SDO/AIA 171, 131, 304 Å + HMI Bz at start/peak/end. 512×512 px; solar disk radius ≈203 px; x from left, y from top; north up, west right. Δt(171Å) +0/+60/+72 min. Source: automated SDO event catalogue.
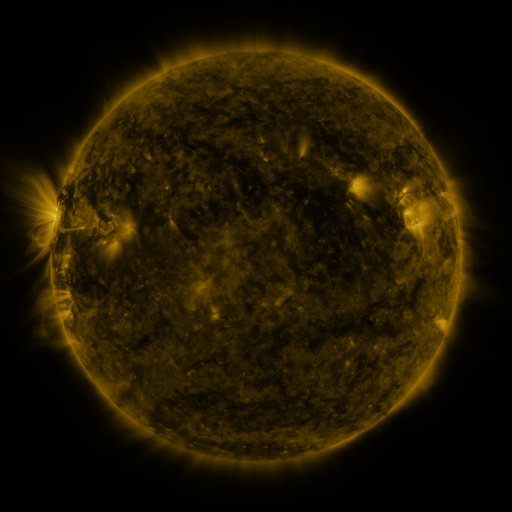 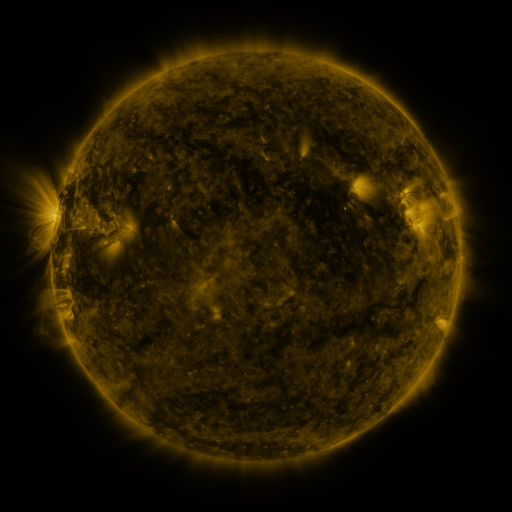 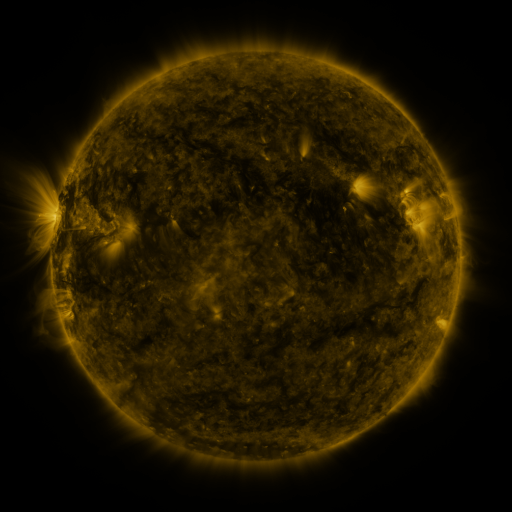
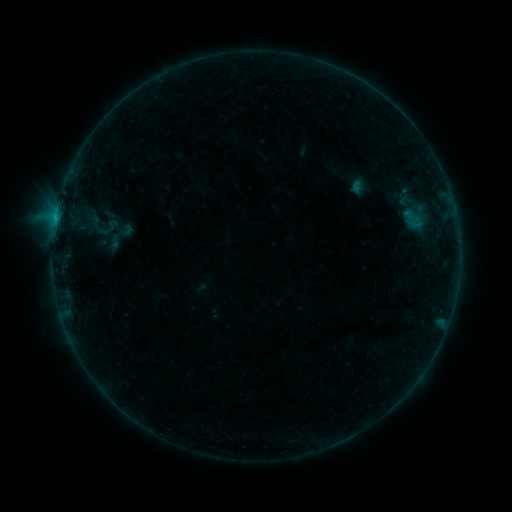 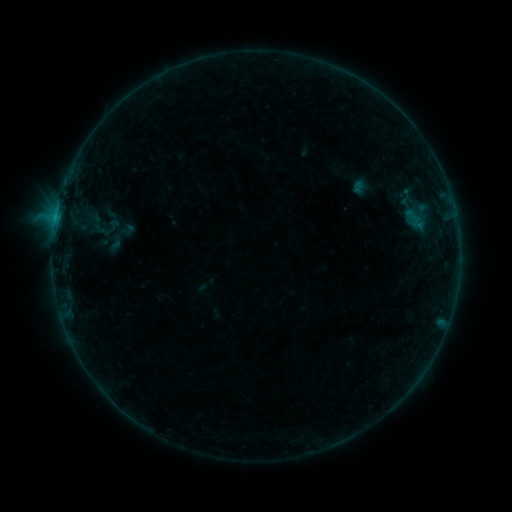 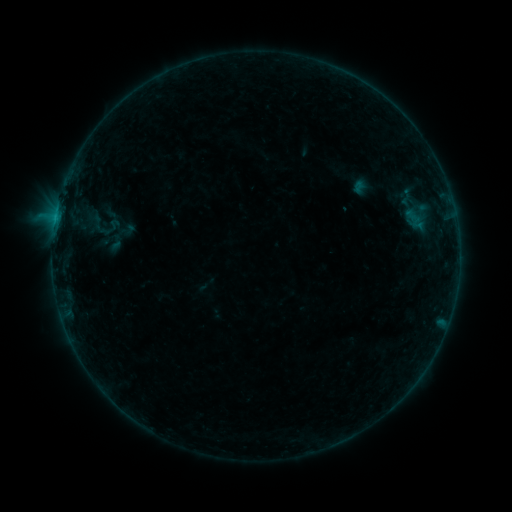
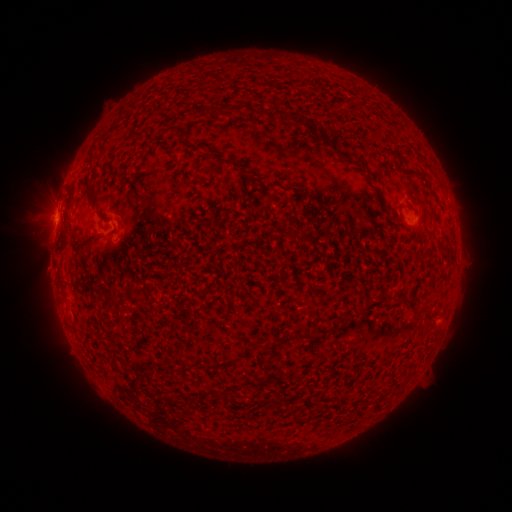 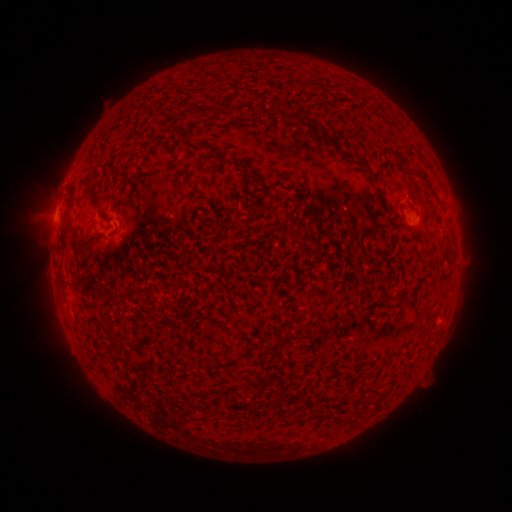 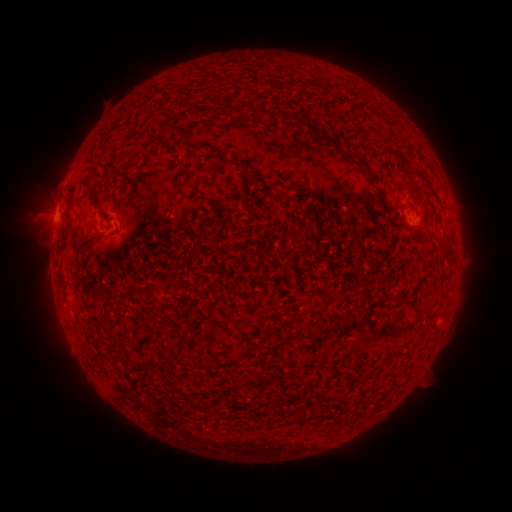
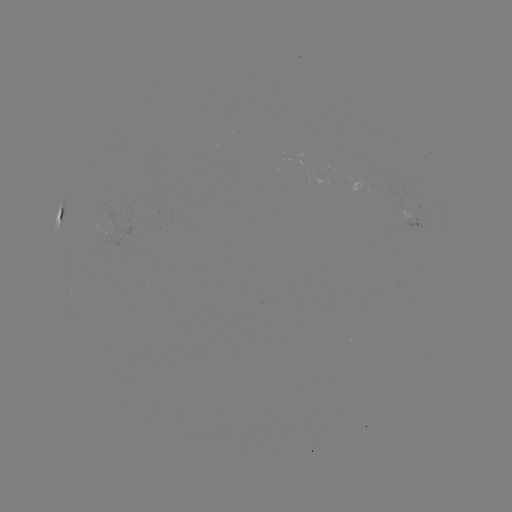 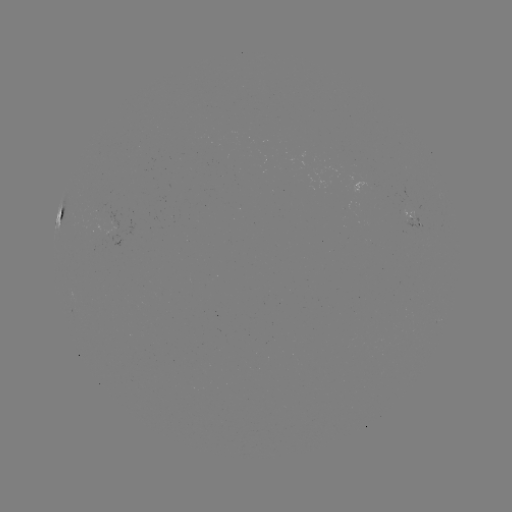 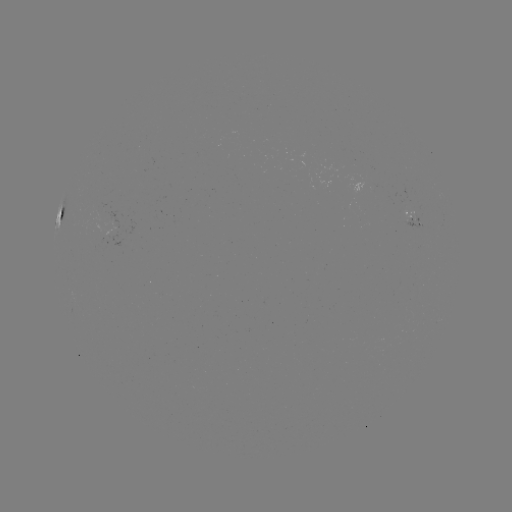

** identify emerging-flux region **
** [411, 221] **